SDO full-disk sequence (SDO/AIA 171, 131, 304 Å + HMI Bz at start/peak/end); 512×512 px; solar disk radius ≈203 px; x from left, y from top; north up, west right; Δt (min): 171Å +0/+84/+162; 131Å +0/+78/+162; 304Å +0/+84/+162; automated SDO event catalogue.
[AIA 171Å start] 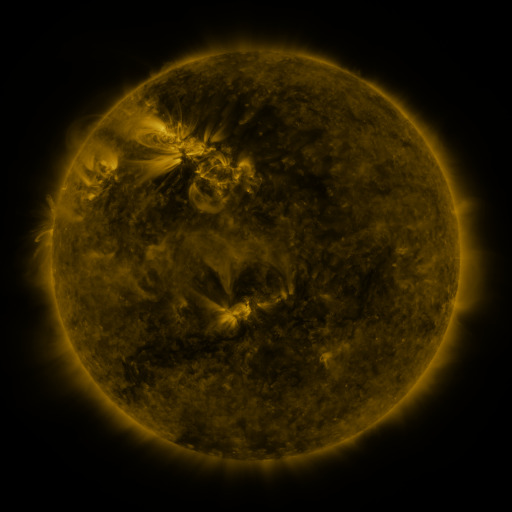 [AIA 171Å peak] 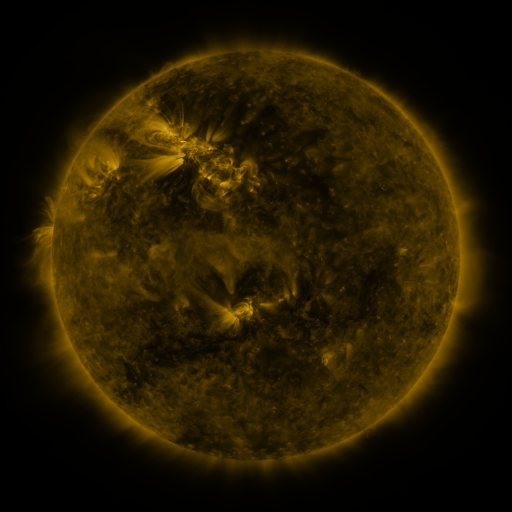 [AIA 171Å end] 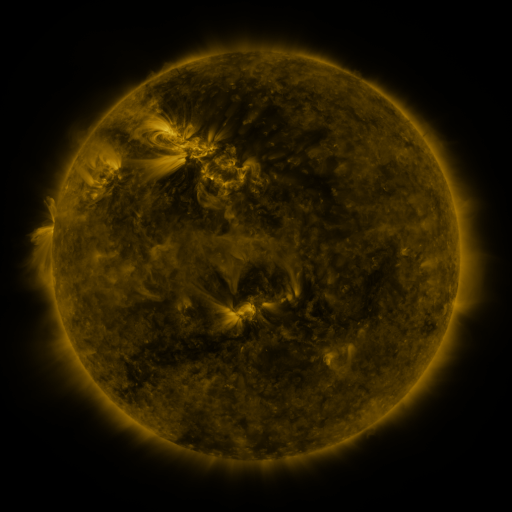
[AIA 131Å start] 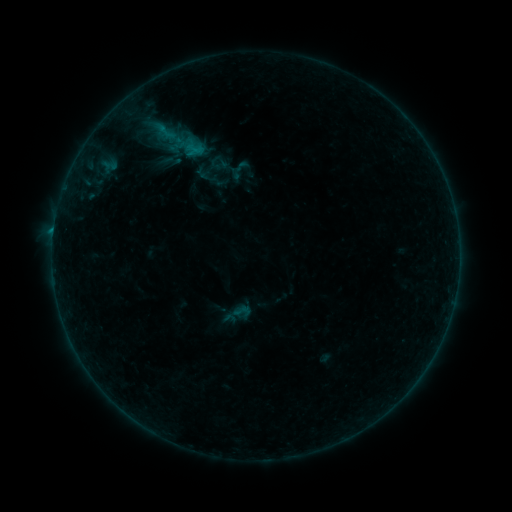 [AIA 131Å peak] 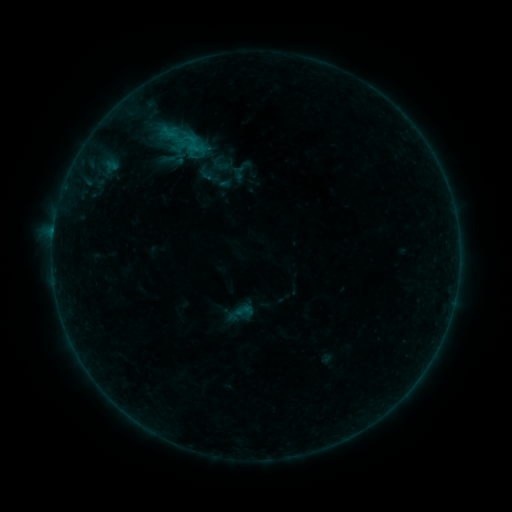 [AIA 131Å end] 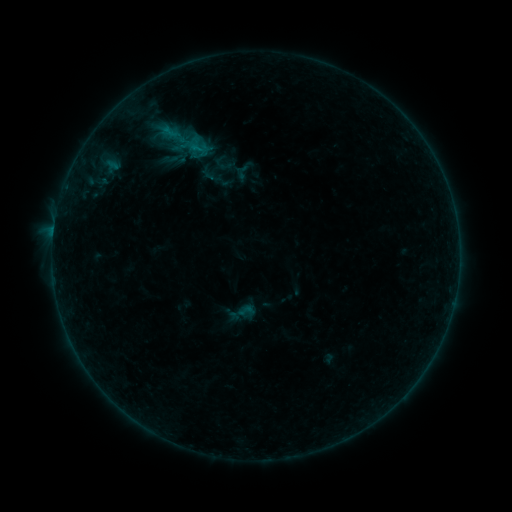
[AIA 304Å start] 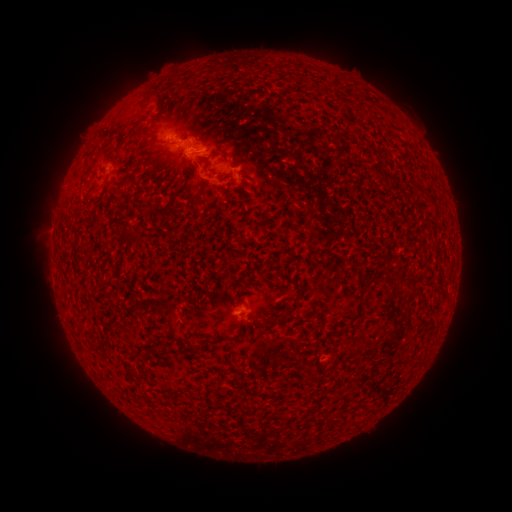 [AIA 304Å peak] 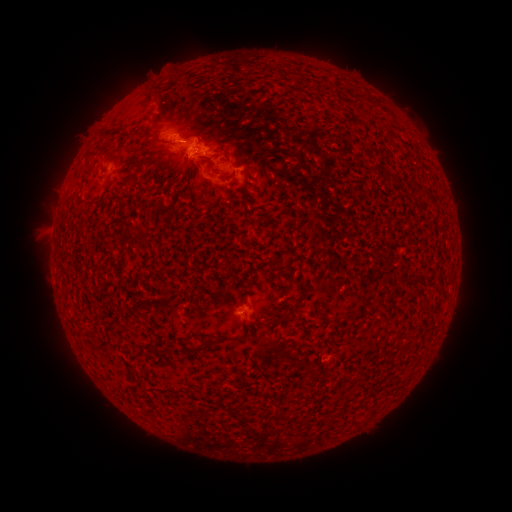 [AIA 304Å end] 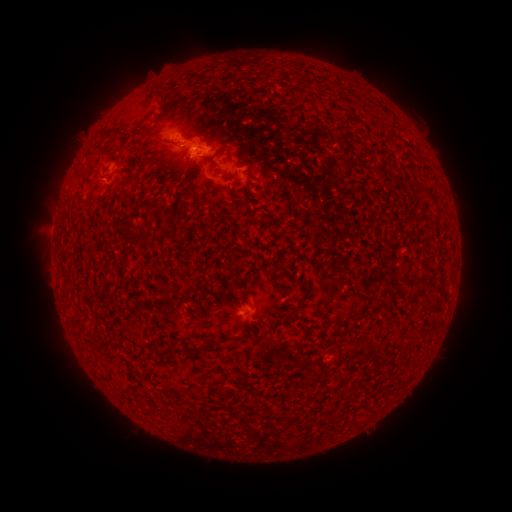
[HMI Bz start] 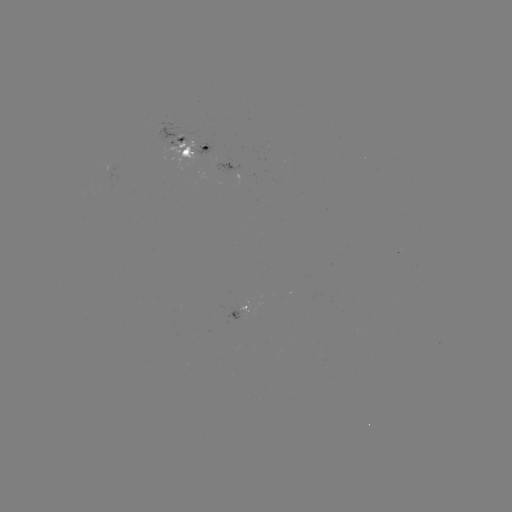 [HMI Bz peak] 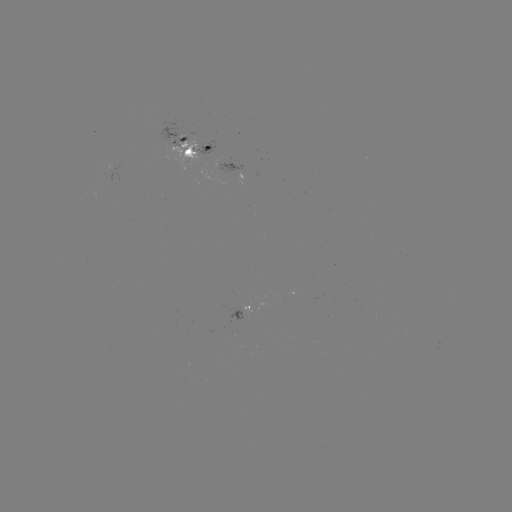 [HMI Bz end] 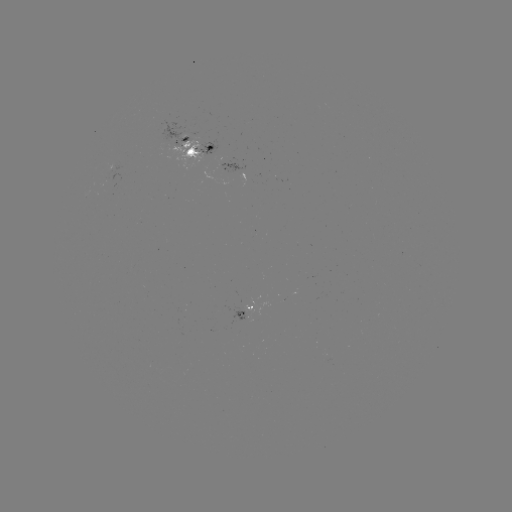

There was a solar filament eruption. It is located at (418, 383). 